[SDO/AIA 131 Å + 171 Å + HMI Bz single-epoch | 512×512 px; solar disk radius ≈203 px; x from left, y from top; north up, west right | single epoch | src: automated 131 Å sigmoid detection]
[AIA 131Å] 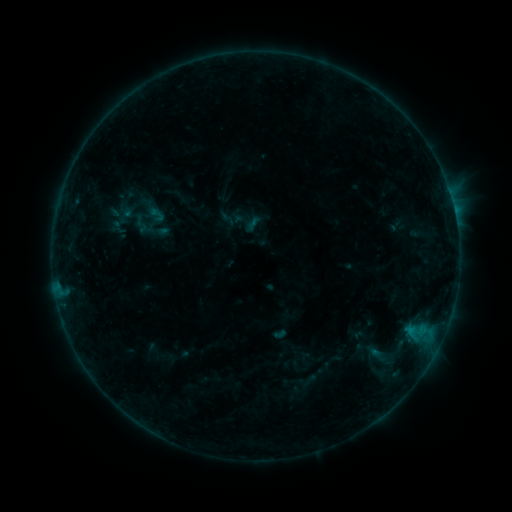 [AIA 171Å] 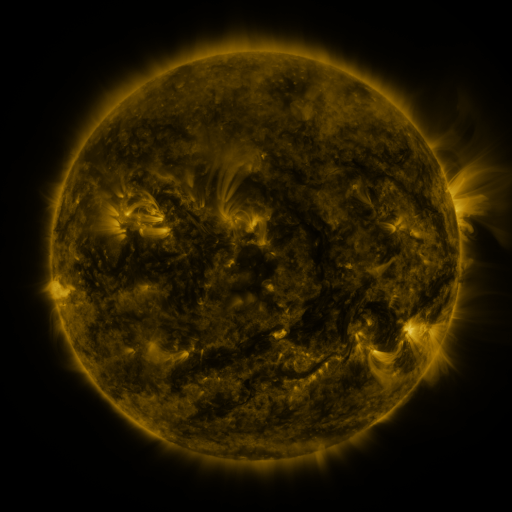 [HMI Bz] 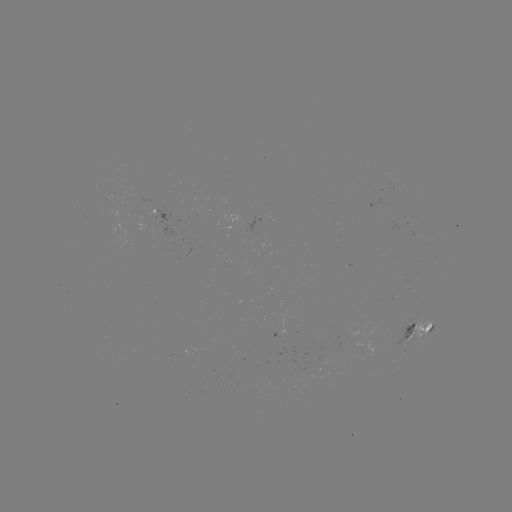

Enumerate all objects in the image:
sigmoid: (157, 215)
